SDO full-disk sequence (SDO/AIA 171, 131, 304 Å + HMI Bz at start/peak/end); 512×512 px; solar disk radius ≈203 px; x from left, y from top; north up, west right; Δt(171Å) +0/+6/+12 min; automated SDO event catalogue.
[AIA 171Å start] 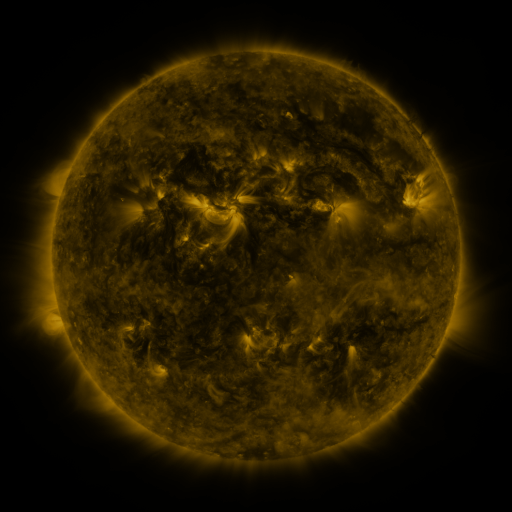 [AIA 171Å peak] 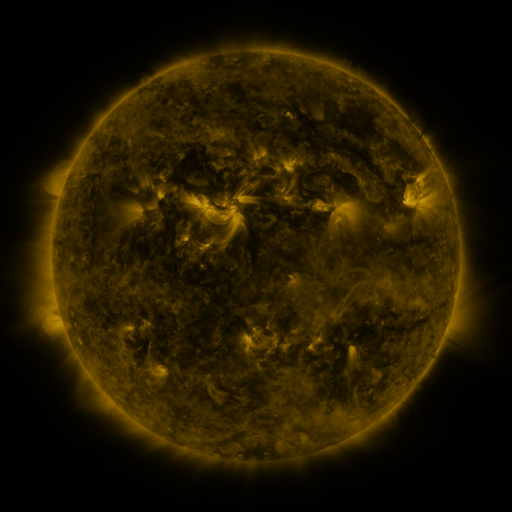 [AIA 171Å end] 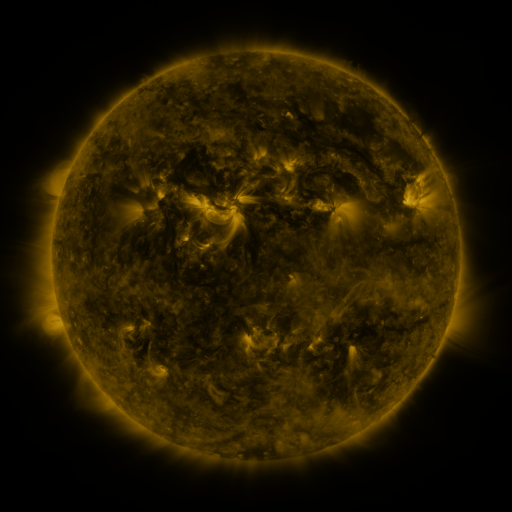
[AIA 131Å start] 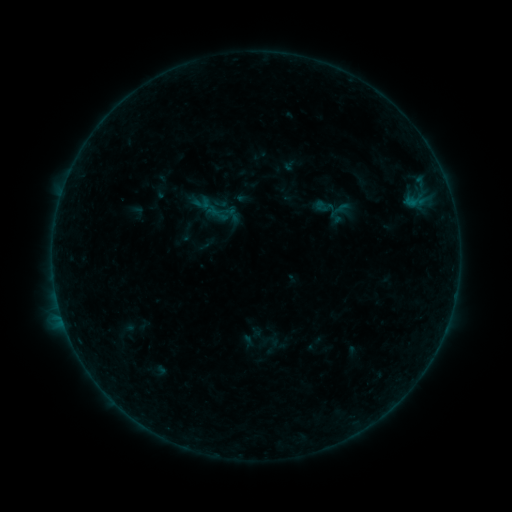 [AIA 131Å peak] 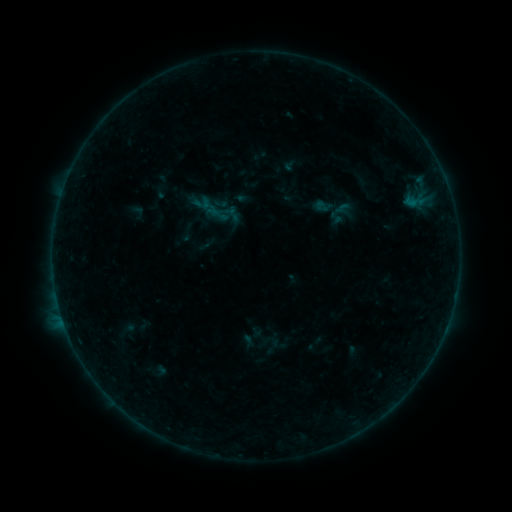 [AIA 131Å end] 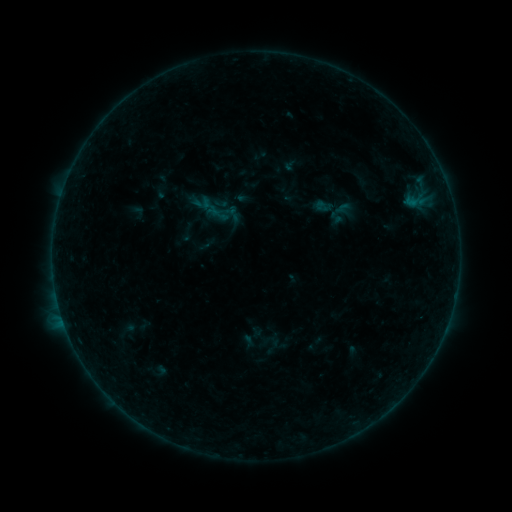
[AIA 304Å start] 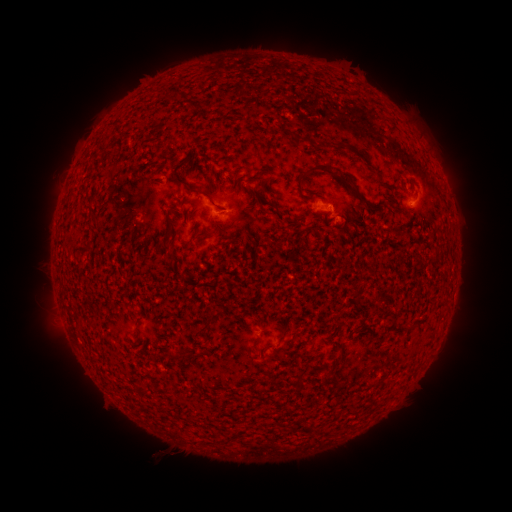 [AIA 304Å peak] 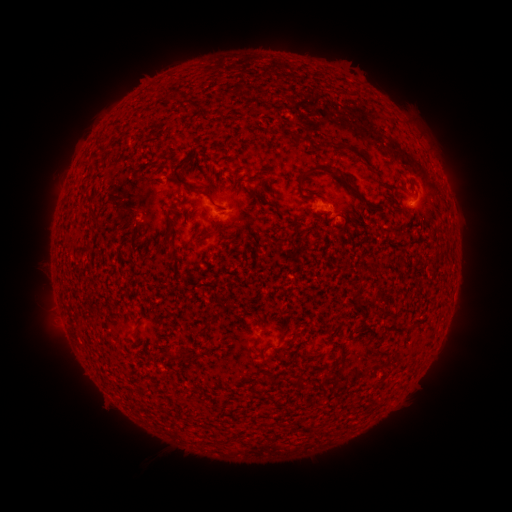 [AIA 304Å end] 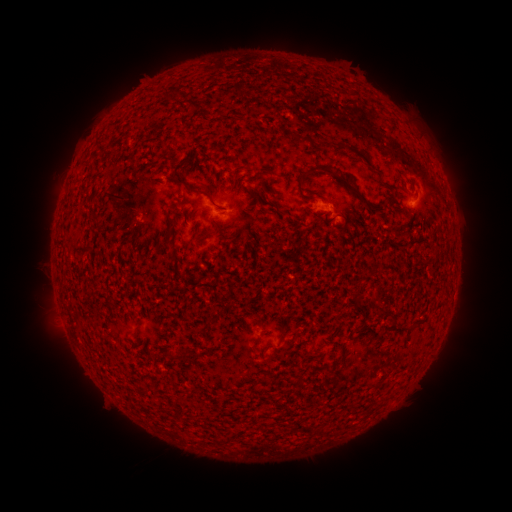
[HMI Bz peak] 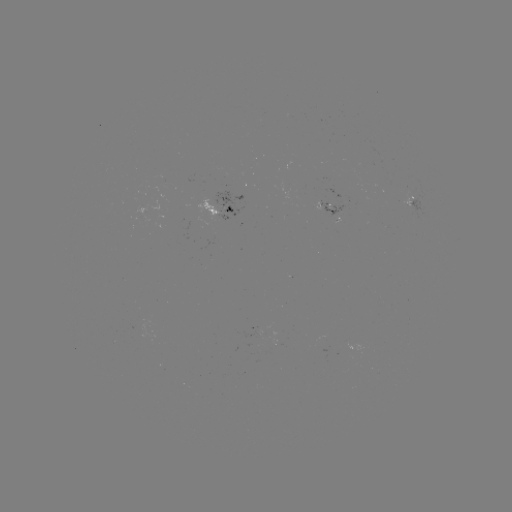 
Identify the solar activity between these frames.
nothing was catalogued: no classed flare, no EUV trigger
